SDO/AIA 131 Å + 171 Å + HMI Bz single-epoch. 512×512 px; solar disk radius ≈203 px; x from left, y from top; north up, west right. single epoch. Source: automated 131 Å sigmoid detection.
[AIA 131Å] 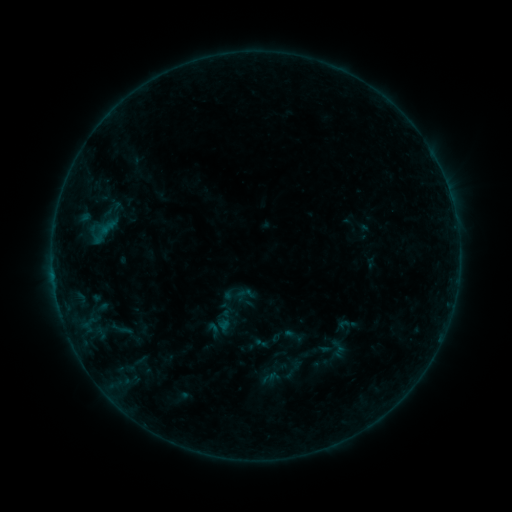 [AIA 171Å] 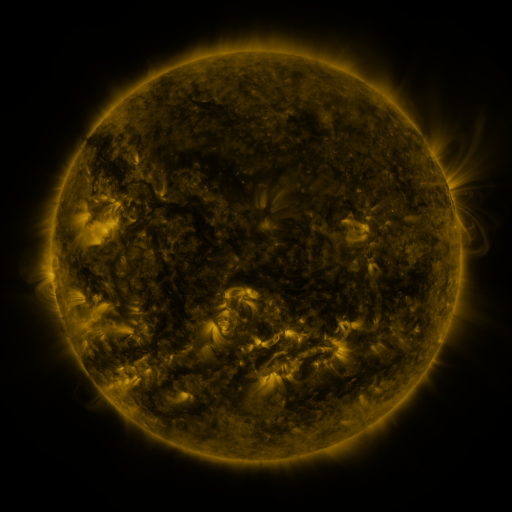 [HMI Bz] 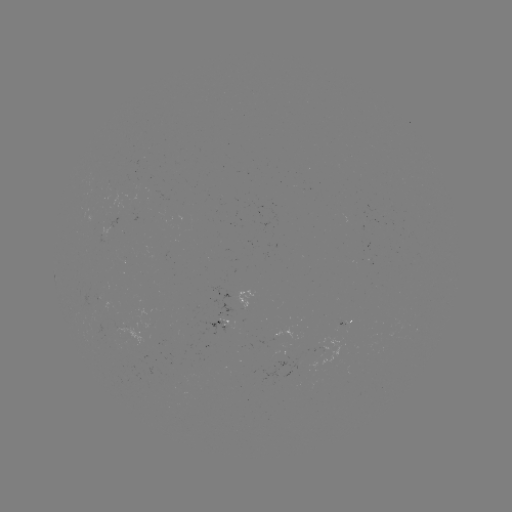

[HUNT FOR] sigmoid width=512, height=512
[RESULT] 213,329